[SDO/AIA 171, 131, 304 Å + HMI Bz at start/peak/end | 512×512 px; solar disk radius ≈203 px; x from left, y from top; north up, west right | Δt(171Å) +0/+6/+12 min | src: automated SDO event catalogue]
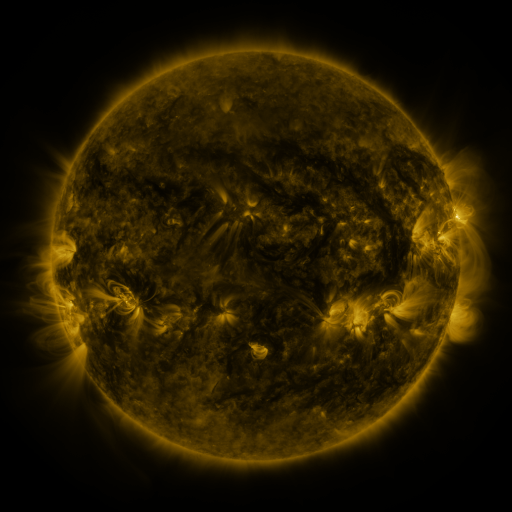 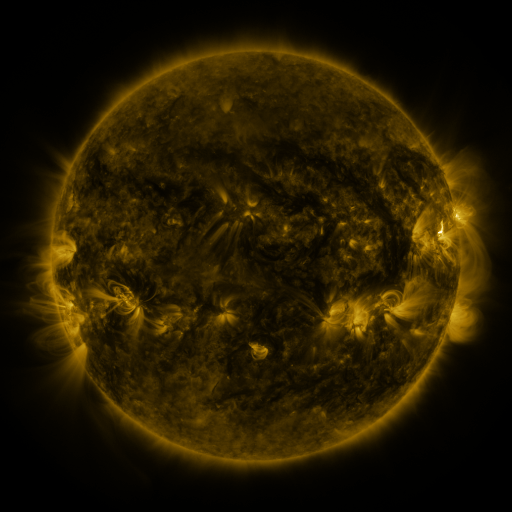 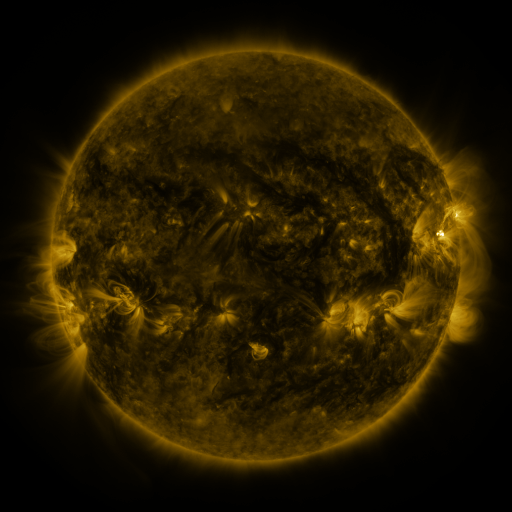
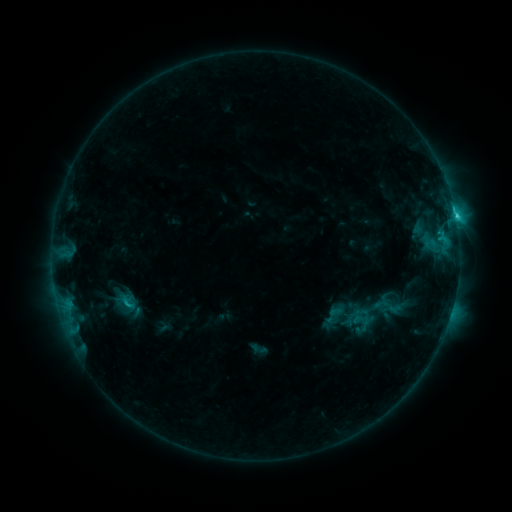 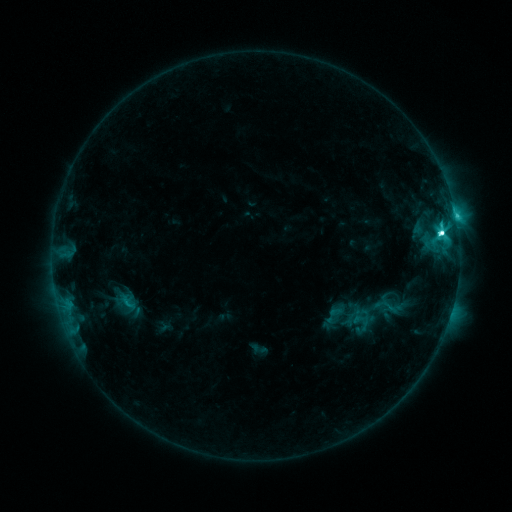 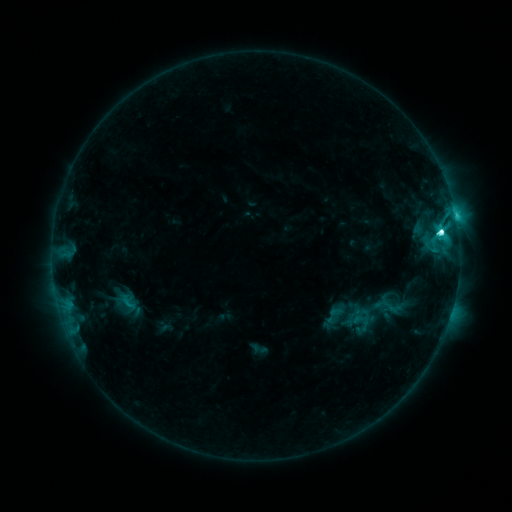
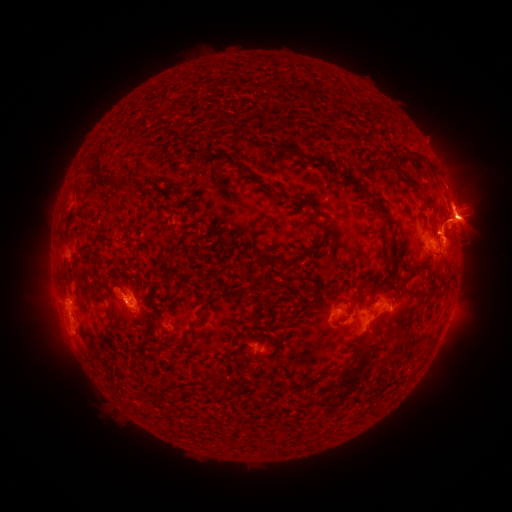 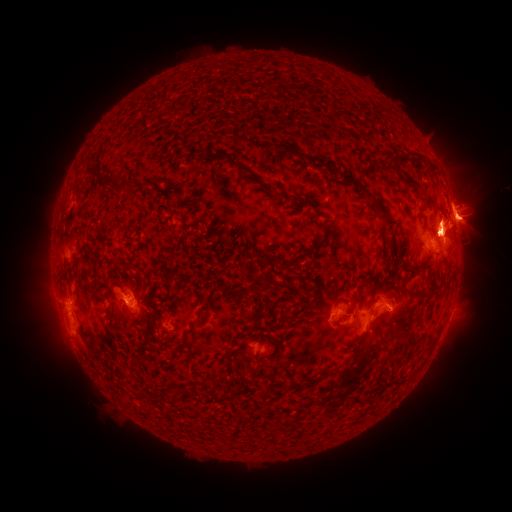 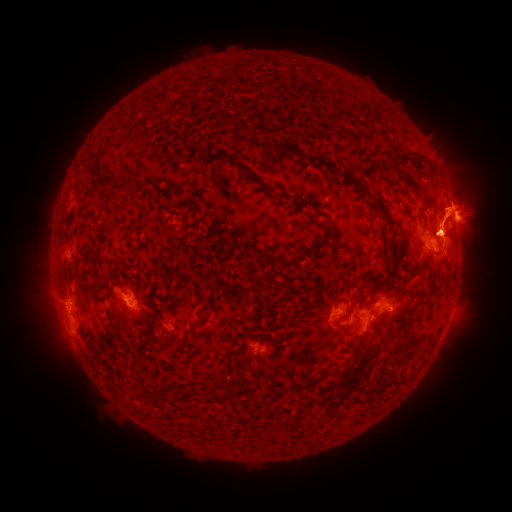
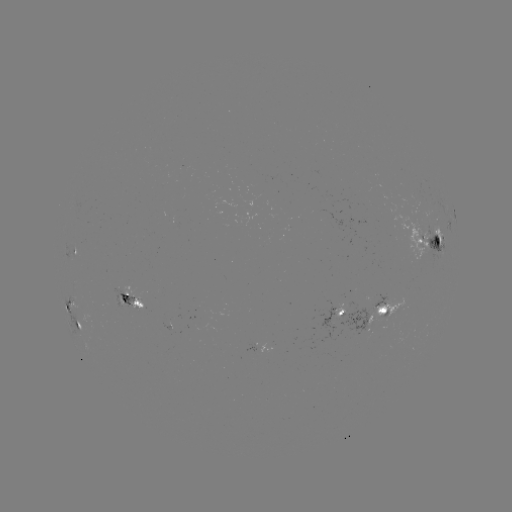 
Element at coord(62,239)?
eruption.